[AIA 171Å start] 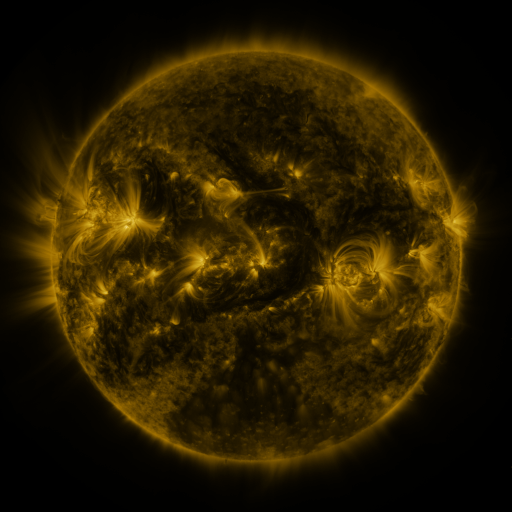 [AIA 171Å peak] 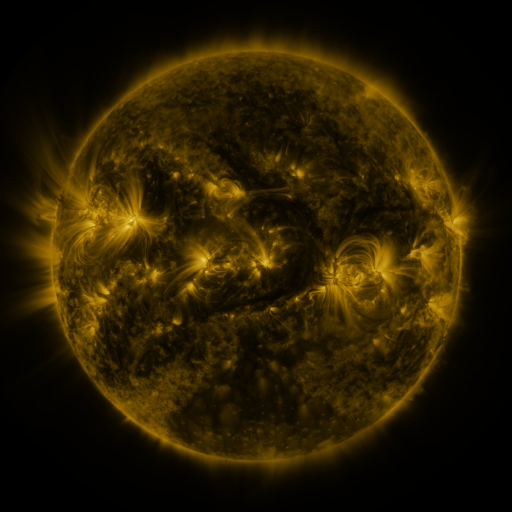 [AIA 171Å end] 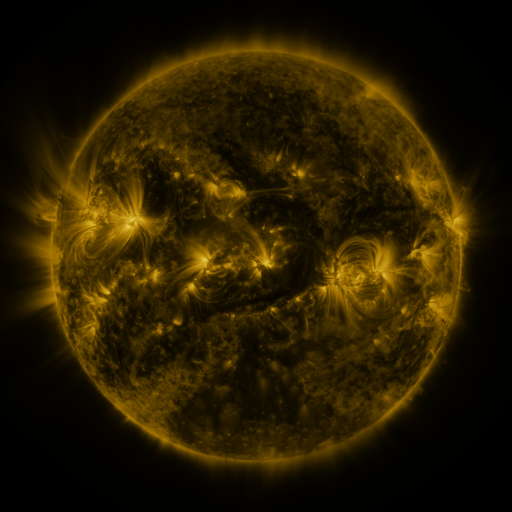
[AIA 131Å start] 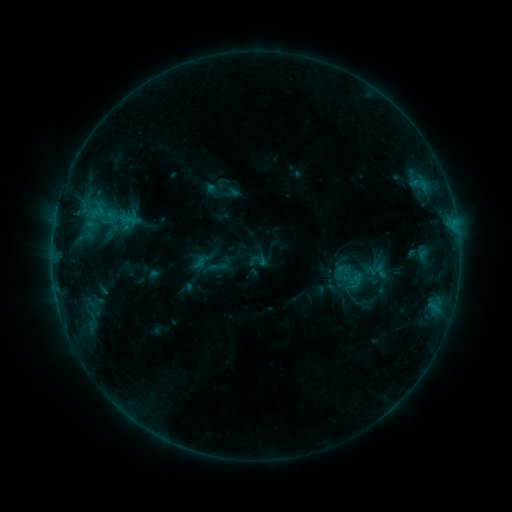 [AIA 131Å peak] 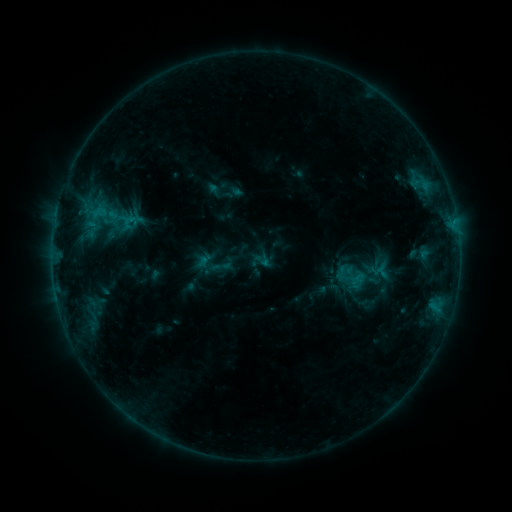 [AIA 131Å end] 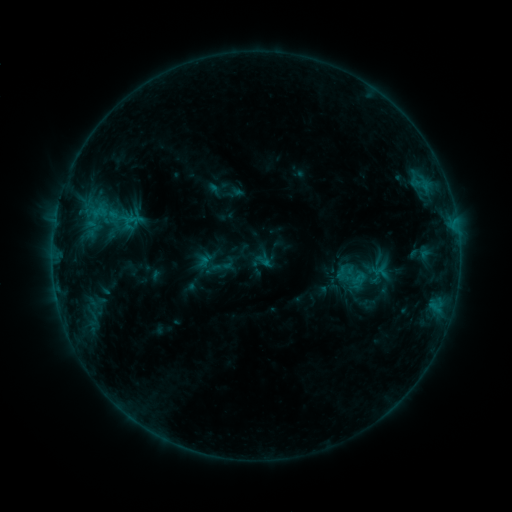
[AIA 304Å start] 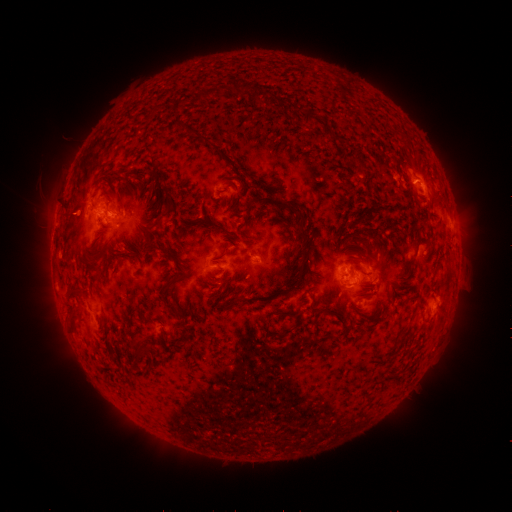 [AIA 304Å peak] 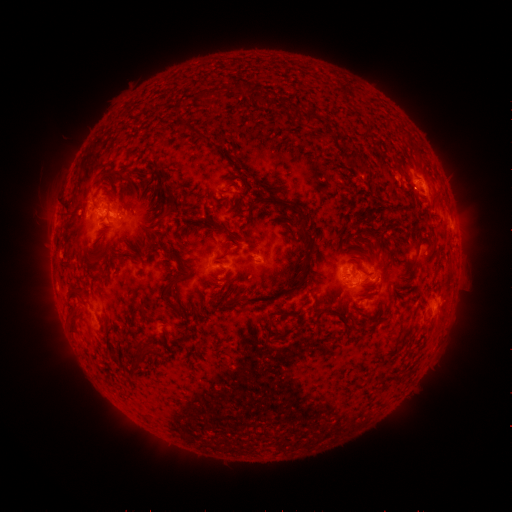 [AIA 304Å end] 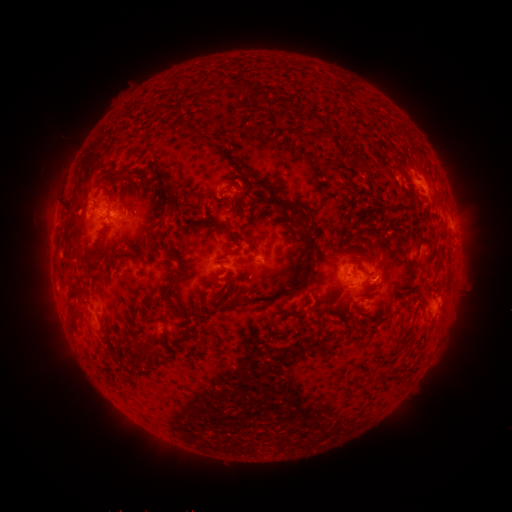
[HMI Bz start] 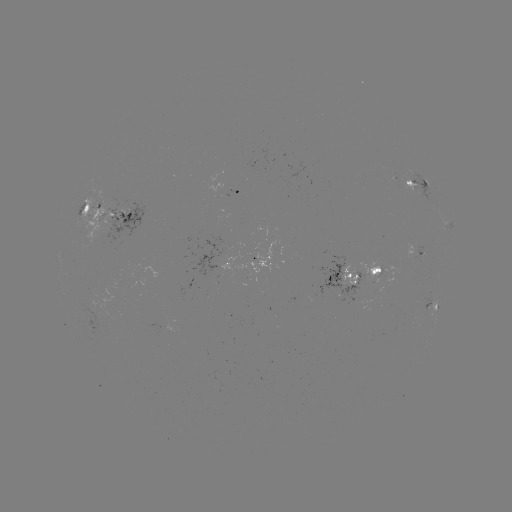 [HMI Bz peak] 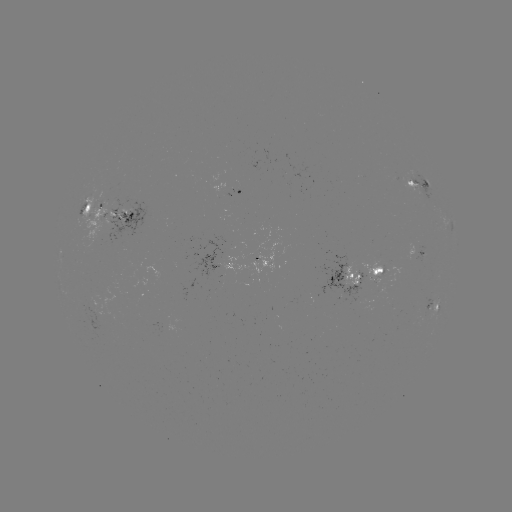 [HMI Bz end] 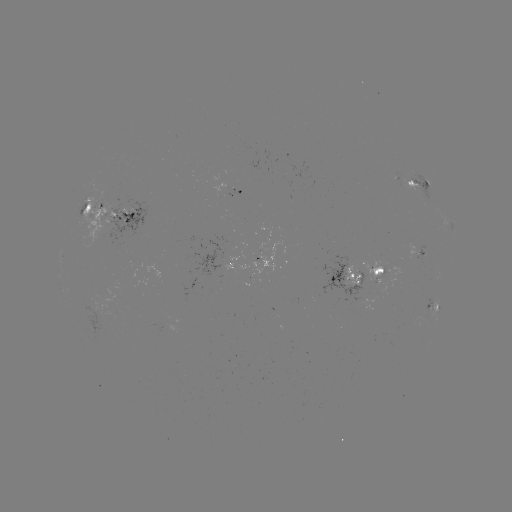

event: emerging-flux region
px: (99, 317)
